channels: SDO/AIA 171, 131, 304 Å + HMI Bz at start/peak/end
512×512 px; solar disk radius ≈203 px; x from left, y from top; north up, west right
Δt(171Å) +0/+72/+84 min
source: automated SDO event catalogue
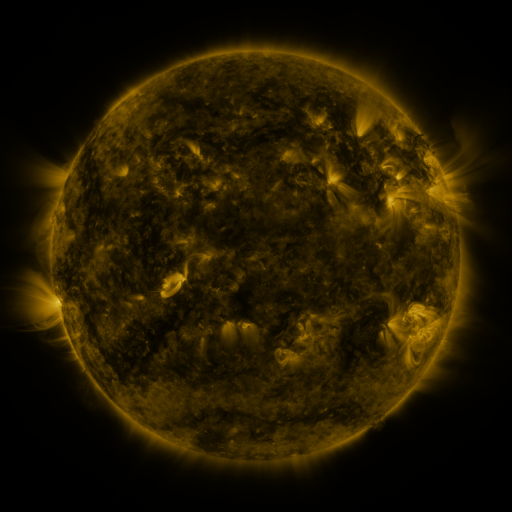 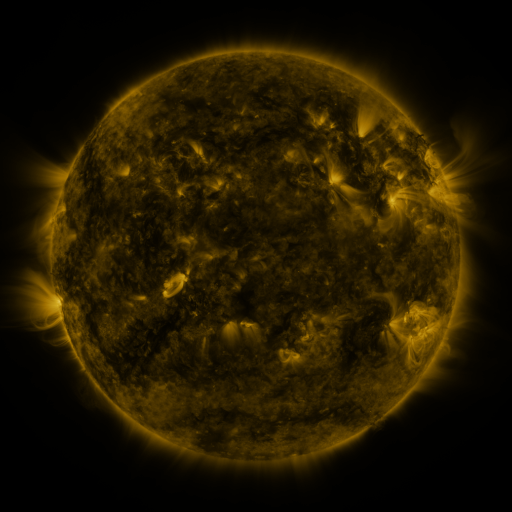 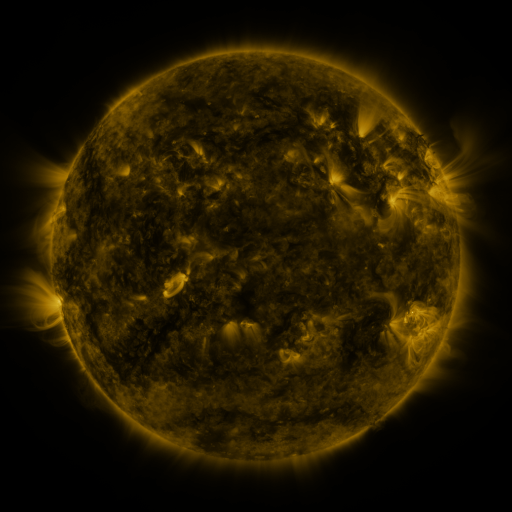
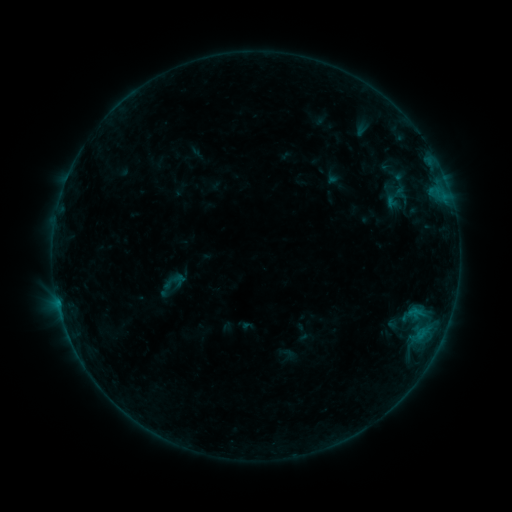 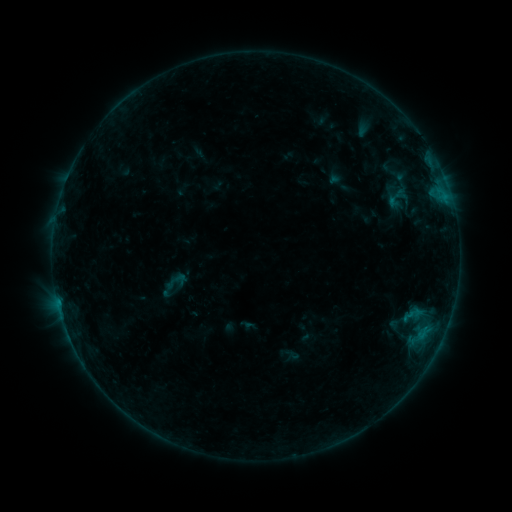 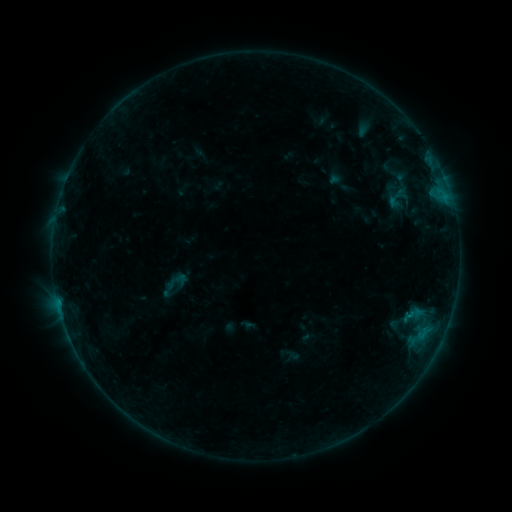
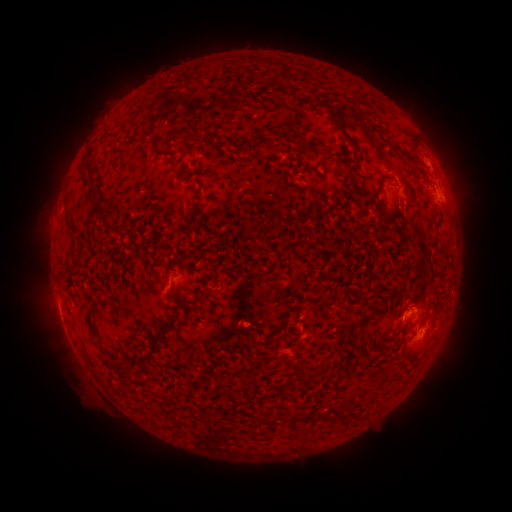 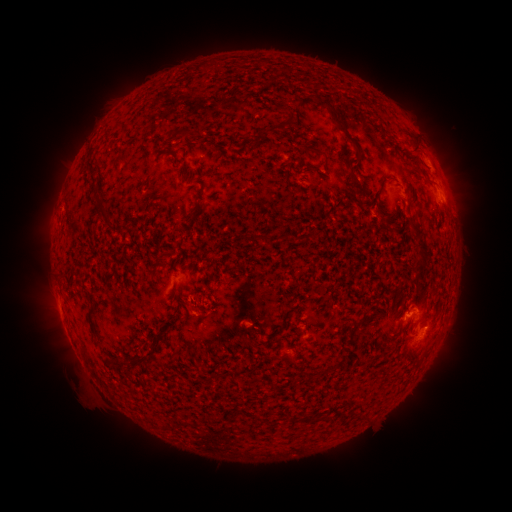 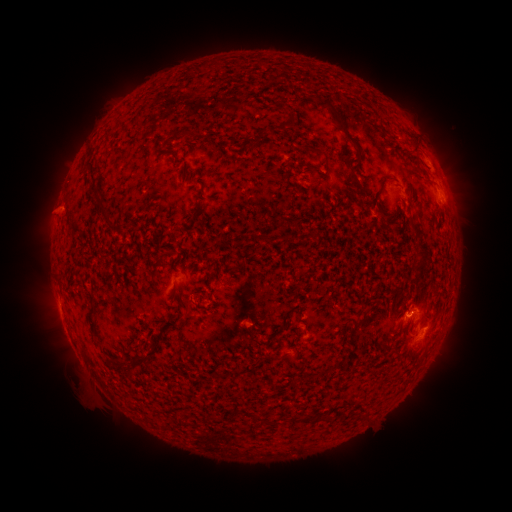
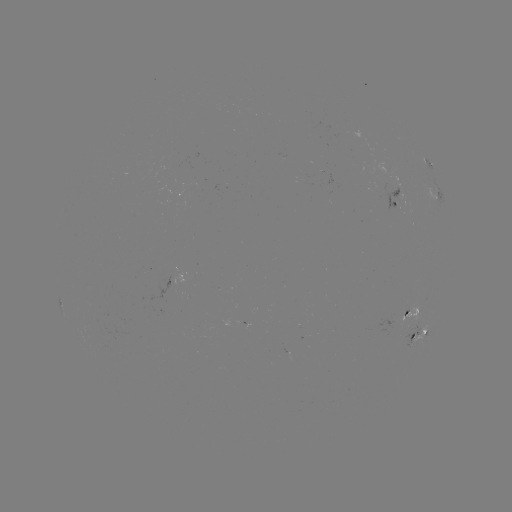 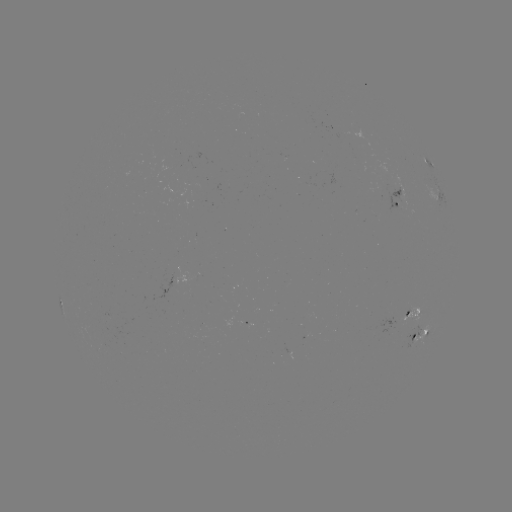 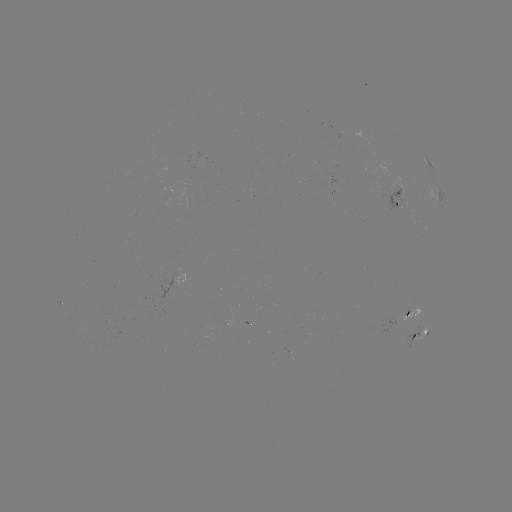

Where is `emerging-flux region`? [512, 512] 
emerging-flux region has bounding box [398, 307, 410, 321].